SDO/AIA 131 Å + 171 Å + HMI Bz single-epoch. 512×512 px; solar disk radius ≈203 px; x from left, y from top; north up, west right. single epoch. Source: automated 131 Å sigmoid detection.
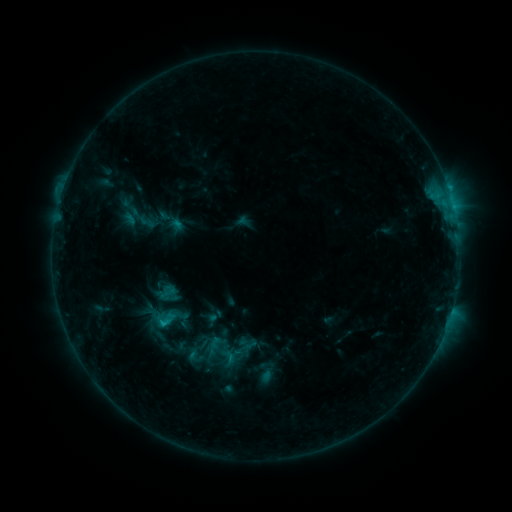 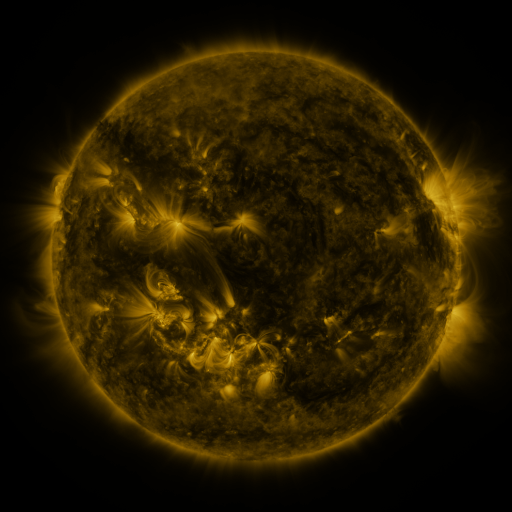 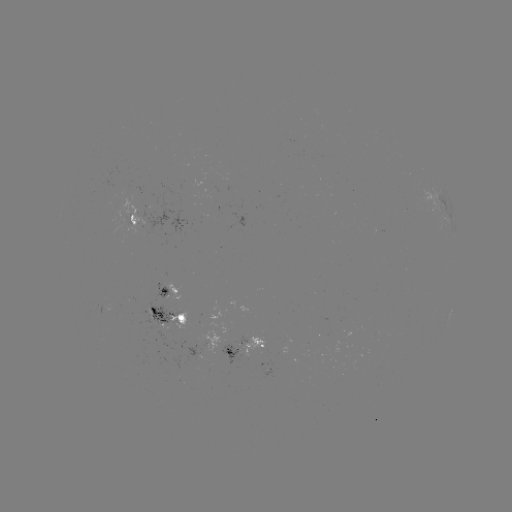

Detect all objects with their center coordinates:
sigmoid: <bbox>151, 313, 174, 330</bbox>
